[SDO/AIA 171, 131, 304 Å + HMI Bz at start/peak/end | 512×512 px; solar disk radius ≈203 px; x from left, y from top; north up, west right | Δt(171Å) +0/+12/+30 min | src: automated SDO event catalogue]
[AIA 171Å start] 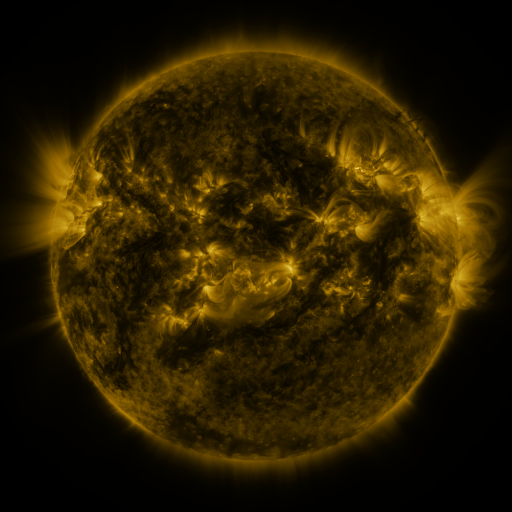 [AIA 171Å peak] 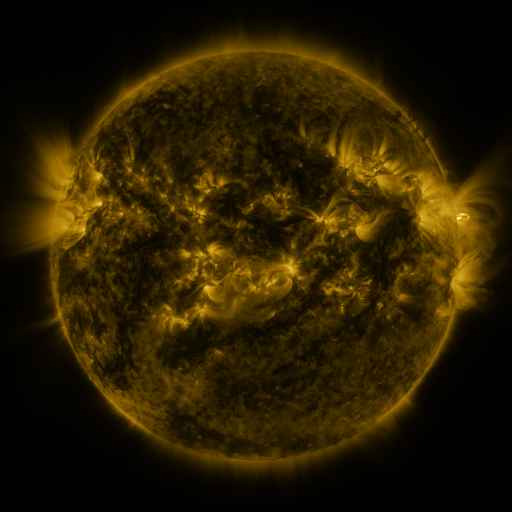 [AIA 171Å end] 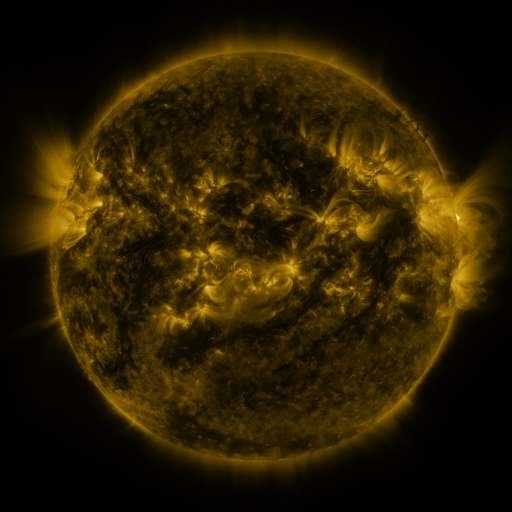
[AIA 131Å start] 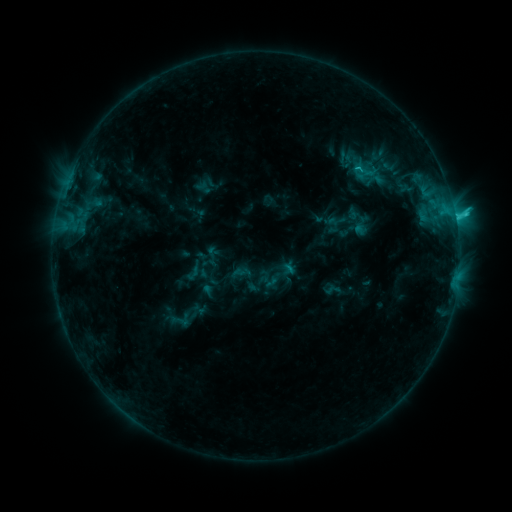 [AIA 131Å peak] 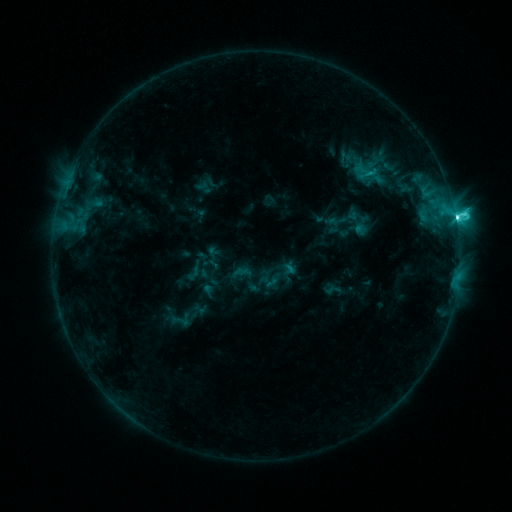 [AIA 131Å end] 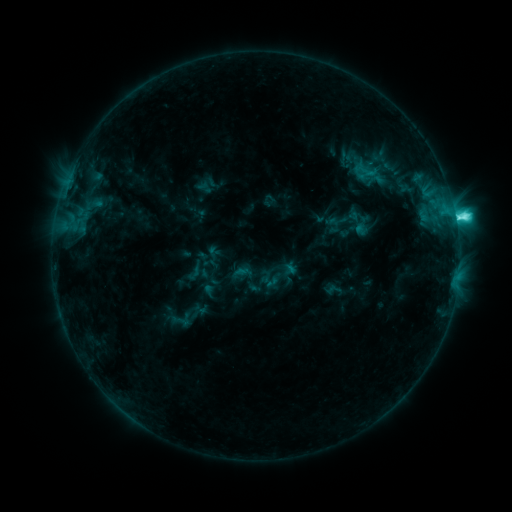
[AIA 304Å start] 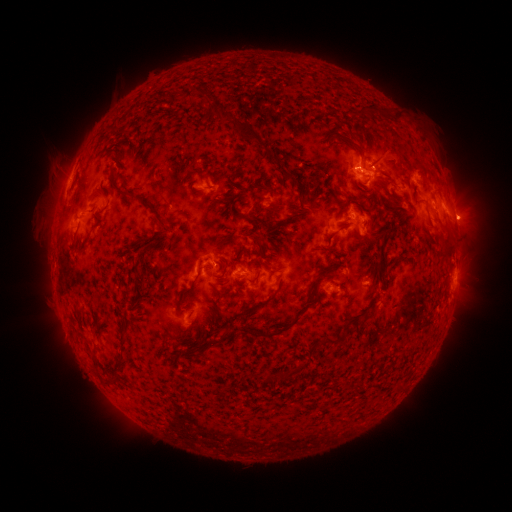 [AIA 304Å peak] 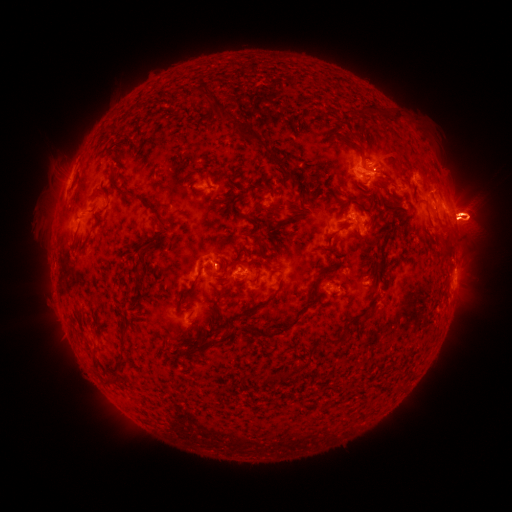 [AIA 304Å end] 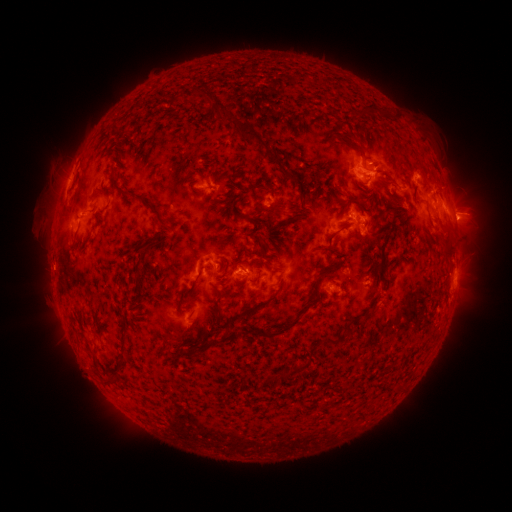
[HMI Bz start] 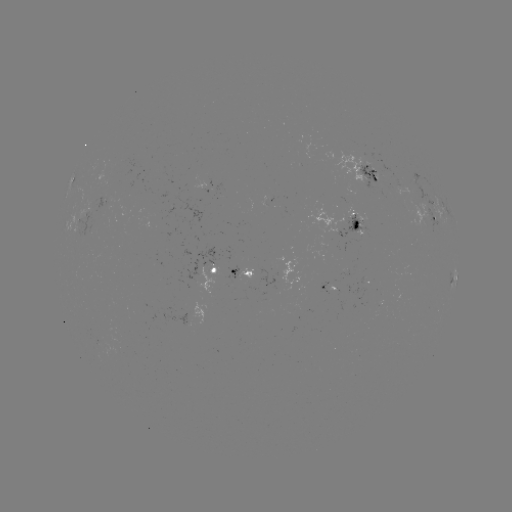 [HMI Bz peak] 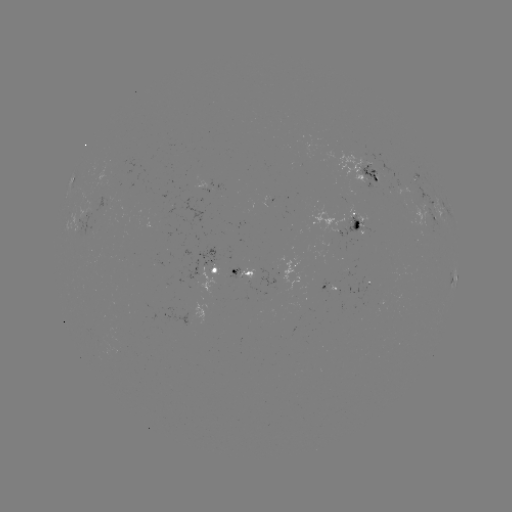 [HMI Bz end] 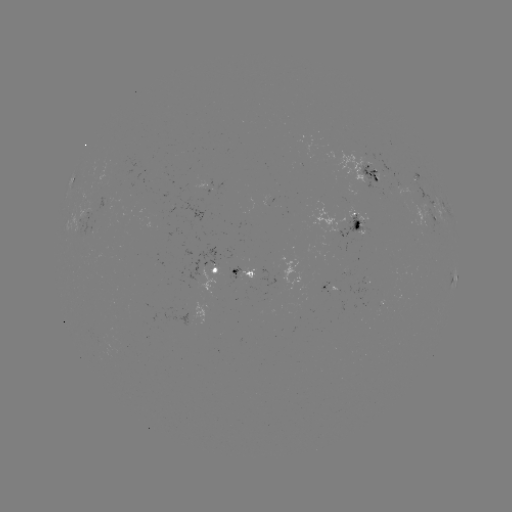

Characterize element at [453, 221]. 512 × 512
M1.1 flare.